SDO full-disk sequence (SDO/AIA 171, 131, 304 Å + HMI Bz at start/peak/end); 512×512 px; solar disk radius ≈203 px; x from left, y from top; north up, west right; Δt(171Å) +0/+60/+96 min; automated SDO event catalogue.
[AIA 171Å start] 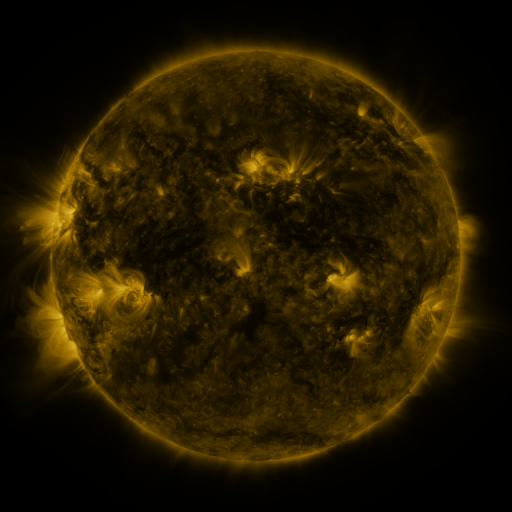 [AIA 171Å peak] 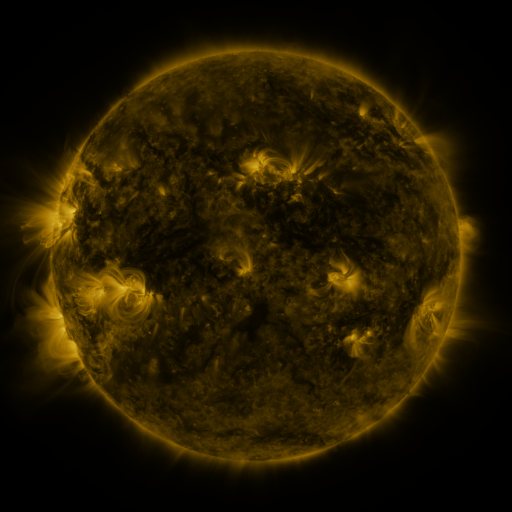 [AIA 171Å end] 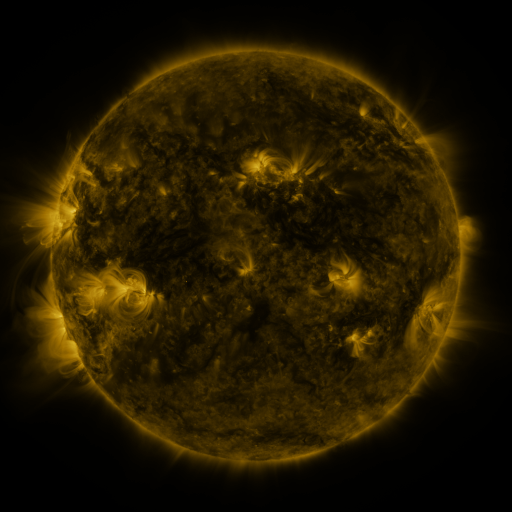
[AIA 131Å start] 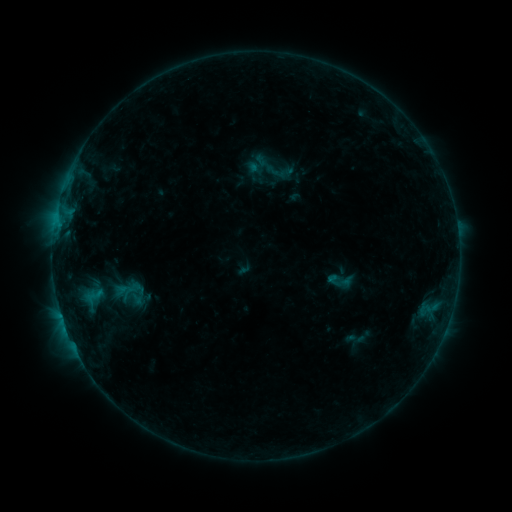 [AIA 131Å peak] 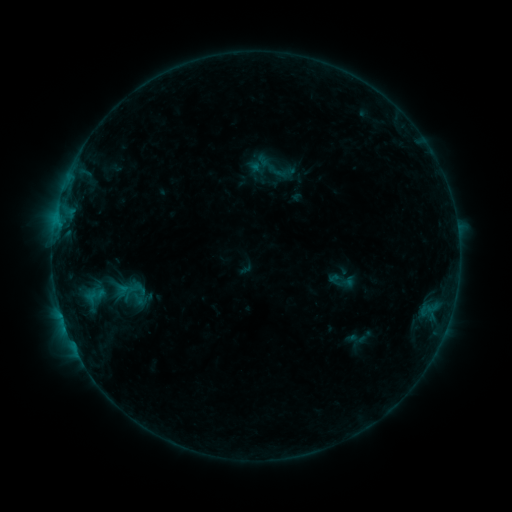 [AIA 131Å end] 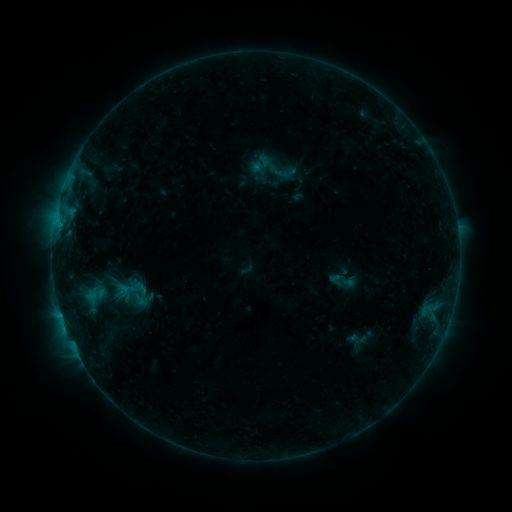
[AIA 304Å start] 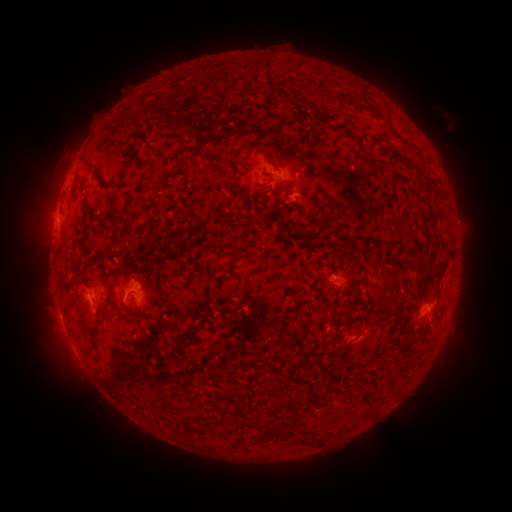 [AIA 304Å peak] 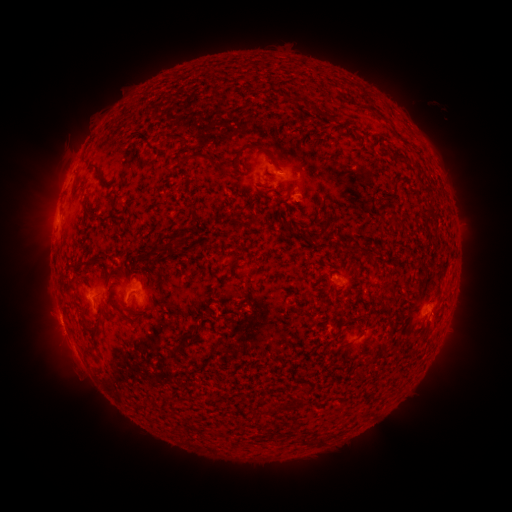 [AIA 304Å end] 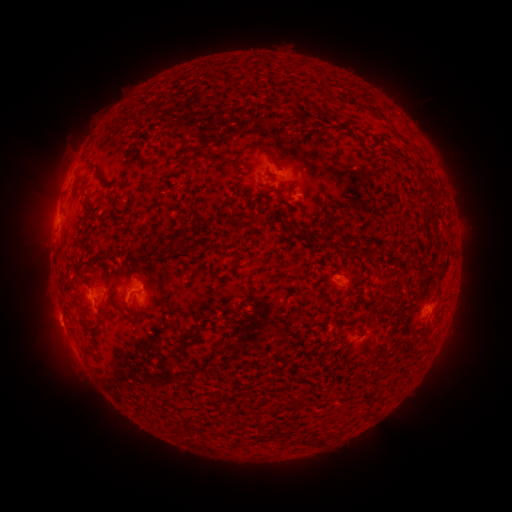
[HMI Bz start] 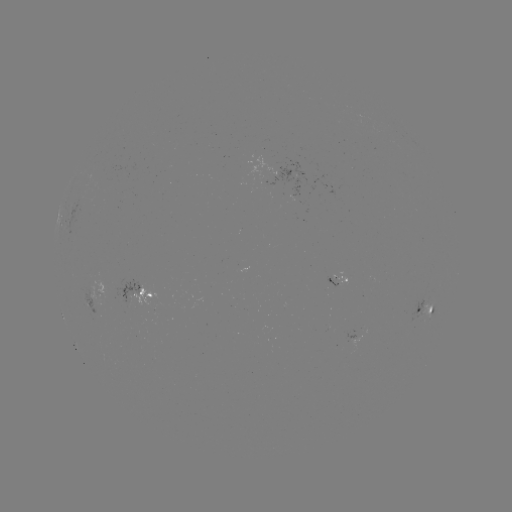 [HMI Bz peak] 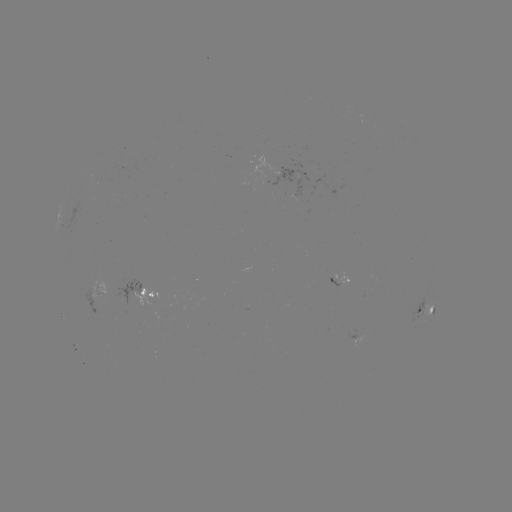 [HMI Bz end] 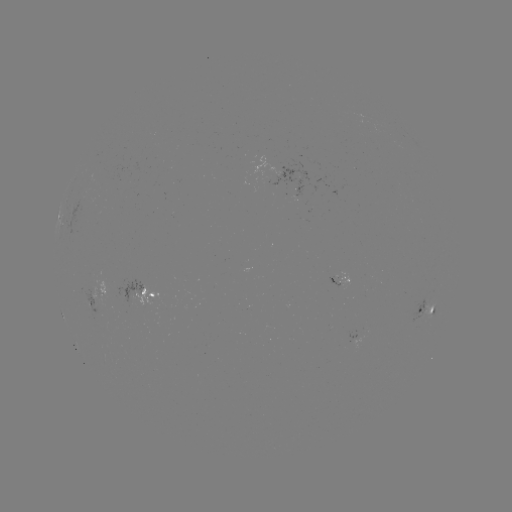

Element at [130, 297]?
emerging-flux region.